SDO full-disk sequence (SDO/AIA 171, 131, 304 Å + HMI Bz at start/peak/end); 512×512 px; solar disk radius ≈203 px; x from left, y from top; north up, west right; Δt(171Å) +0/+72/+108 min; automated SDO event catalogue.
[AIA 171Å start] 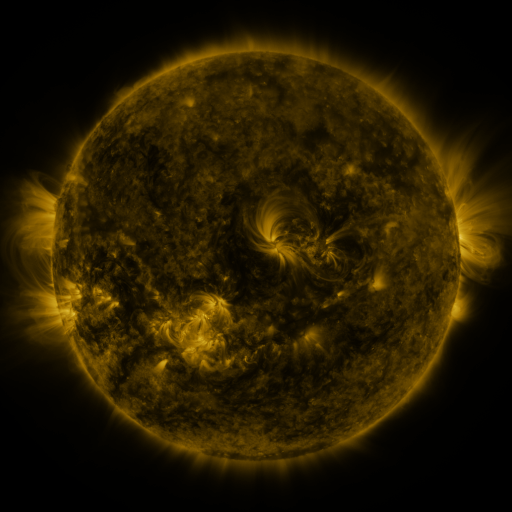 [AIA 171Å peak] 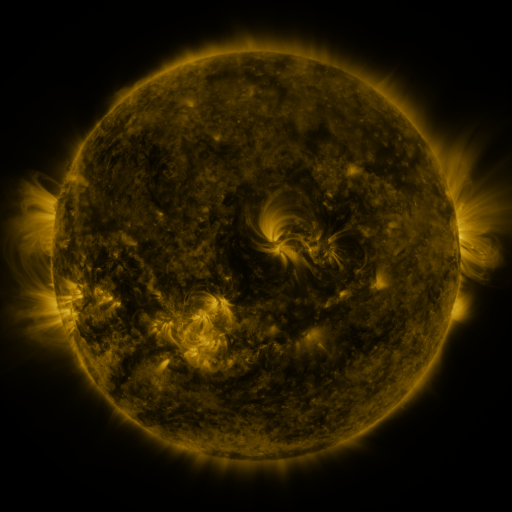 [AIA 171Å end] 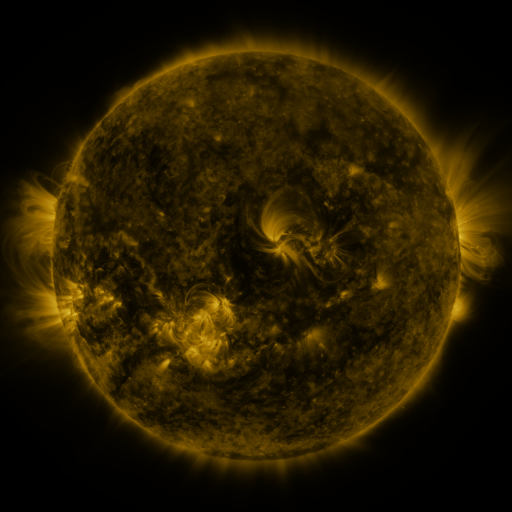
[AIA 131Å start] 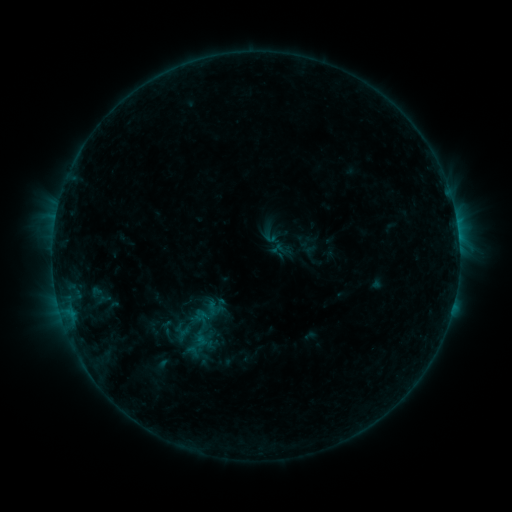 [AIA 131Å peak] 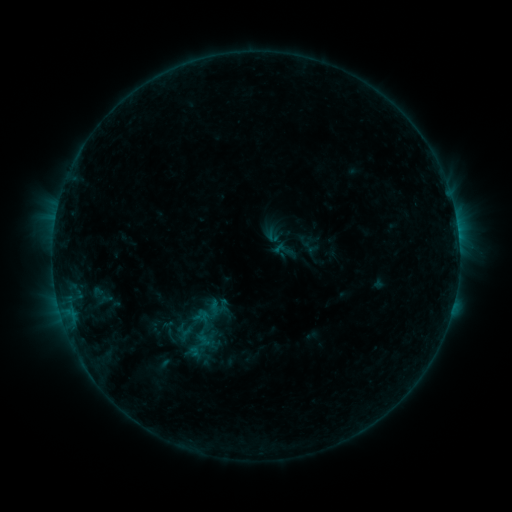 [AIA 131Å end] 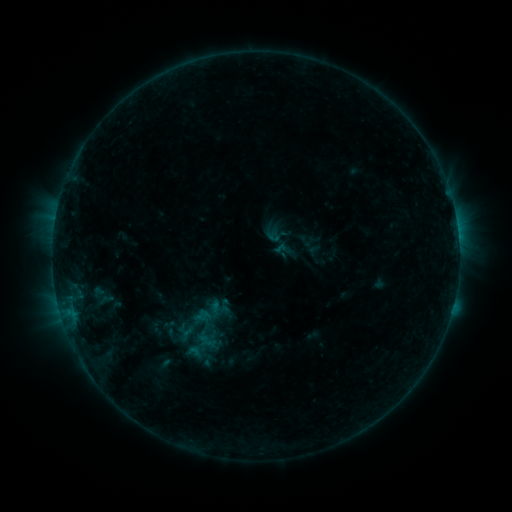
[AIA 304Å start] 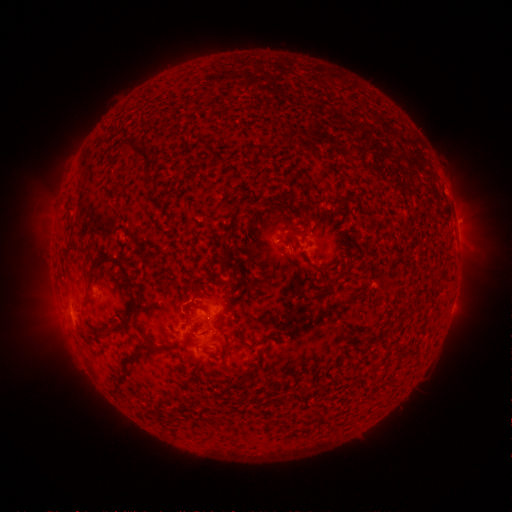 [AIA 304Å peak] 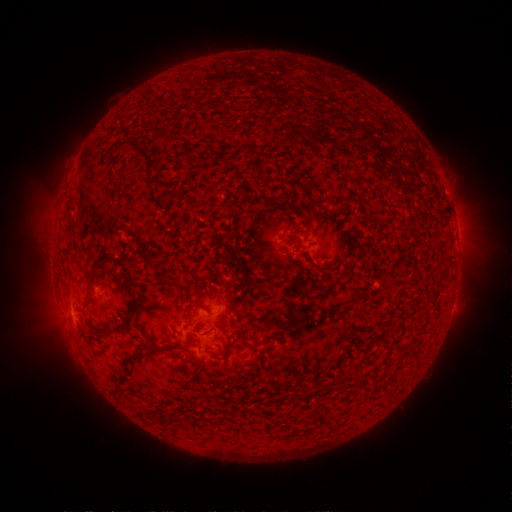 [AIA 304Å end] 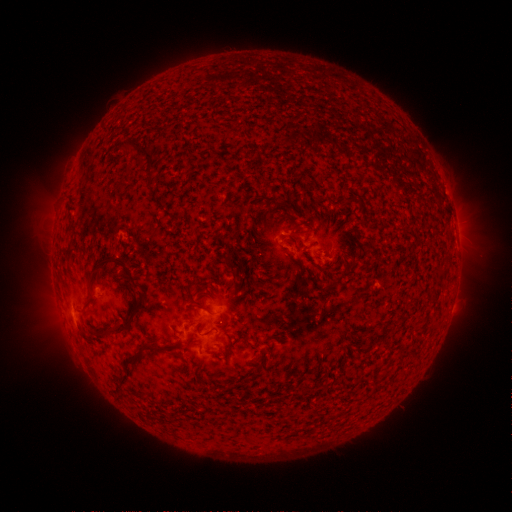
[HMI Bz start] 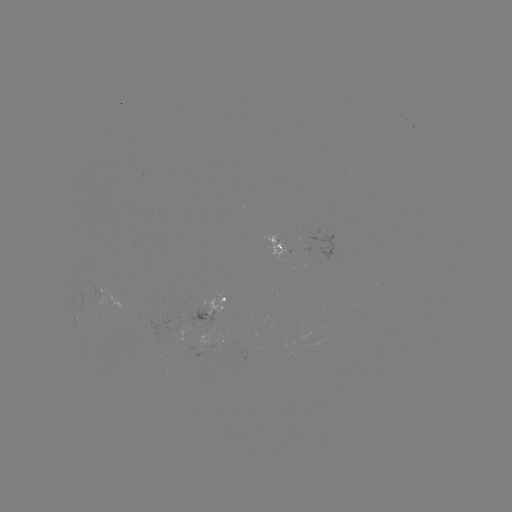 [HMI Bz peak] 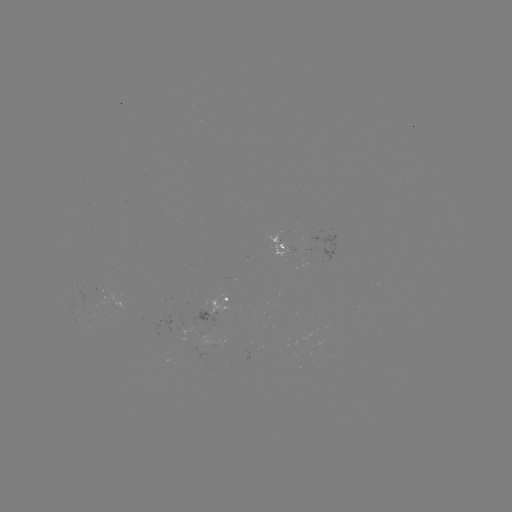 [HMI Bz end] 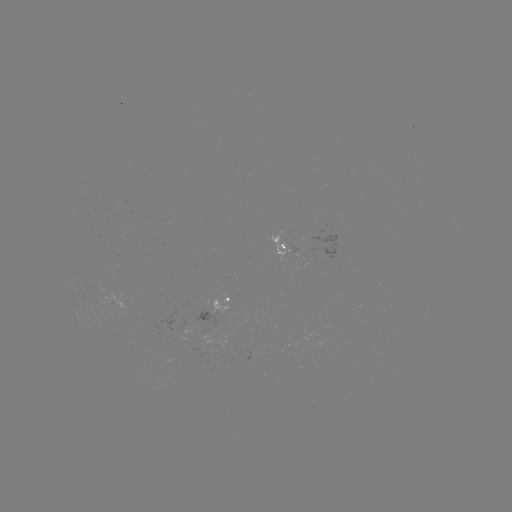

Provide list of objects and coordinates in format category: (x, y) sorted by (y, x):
emerging-flux region: (104, 297)
